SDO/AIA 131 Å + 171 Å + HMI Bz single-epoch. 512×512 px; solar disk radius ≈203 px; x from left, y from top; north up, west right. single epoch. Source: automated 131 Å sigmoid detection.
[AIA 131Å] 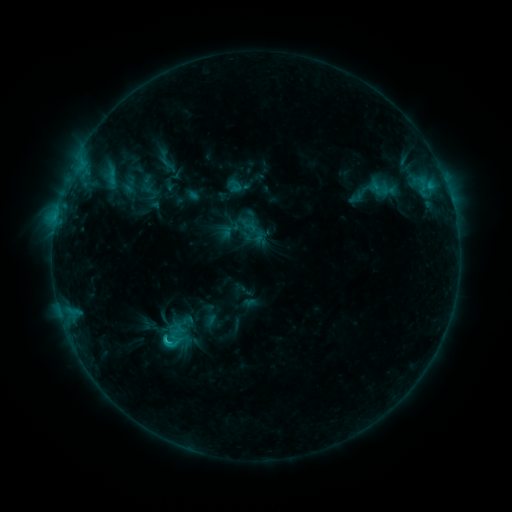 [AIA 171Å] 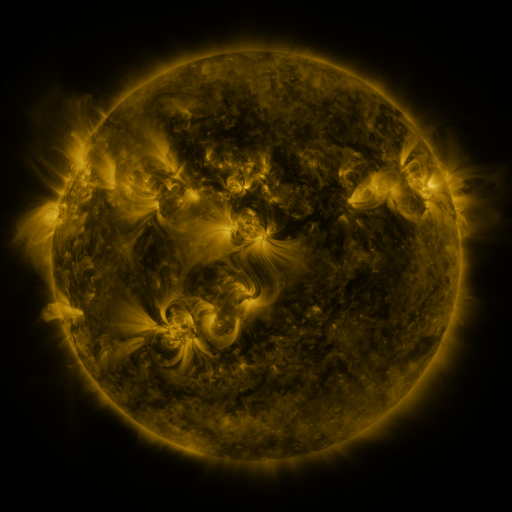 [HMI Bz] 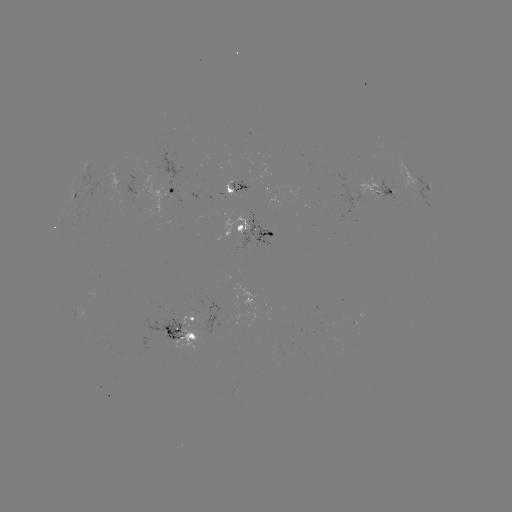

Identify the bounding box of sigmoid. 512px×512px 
[154, 329, 187, 353].